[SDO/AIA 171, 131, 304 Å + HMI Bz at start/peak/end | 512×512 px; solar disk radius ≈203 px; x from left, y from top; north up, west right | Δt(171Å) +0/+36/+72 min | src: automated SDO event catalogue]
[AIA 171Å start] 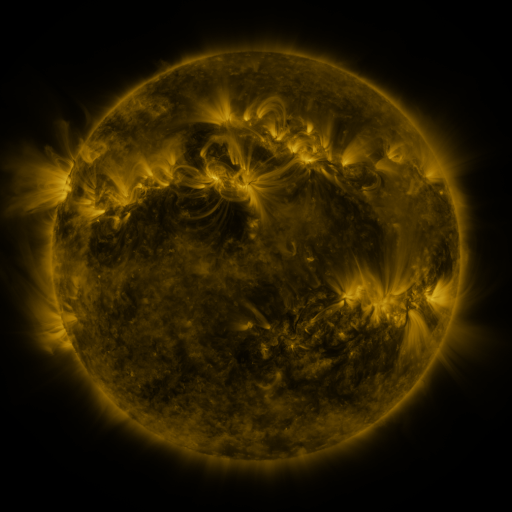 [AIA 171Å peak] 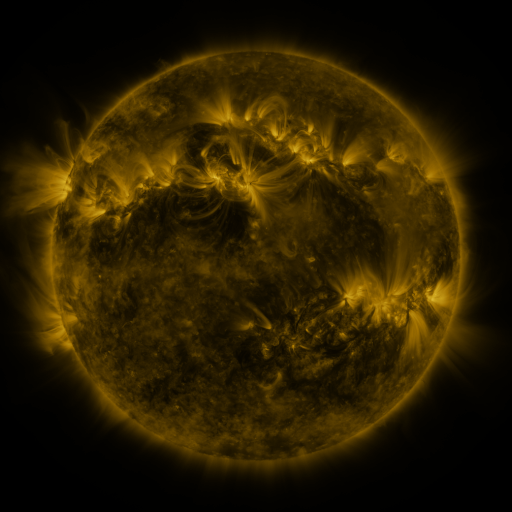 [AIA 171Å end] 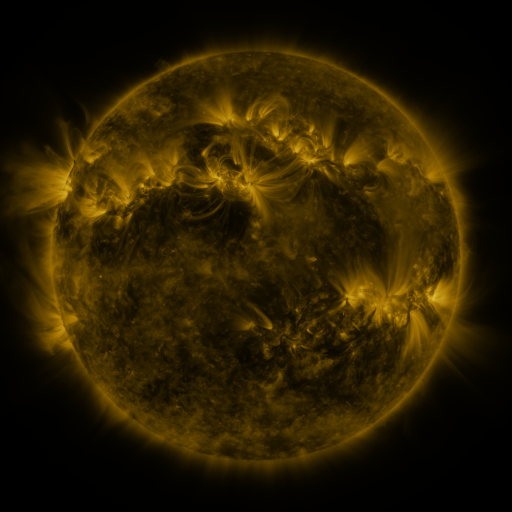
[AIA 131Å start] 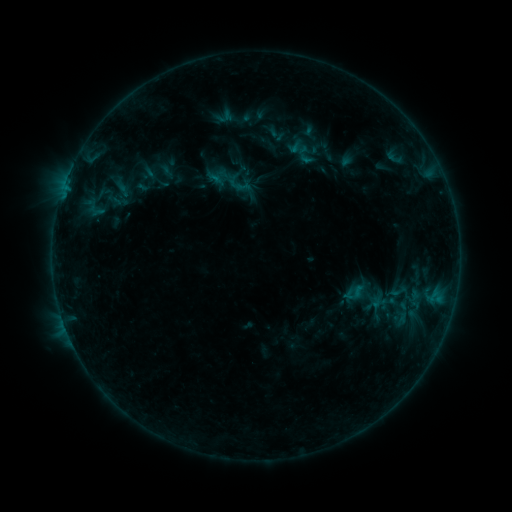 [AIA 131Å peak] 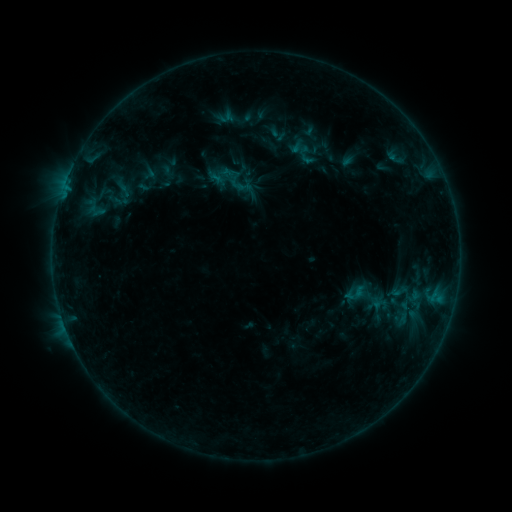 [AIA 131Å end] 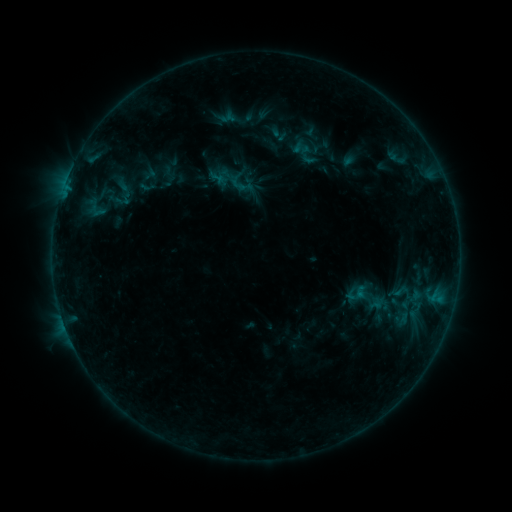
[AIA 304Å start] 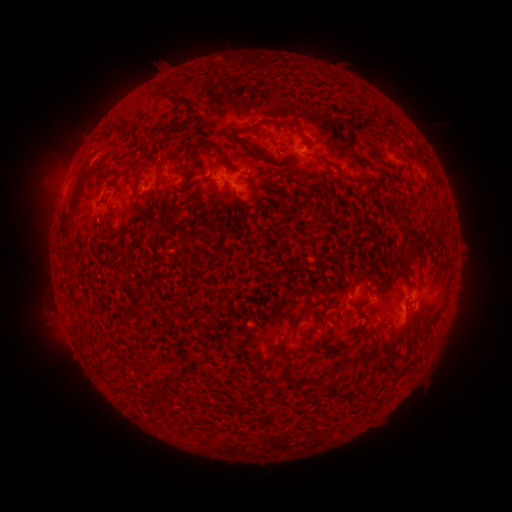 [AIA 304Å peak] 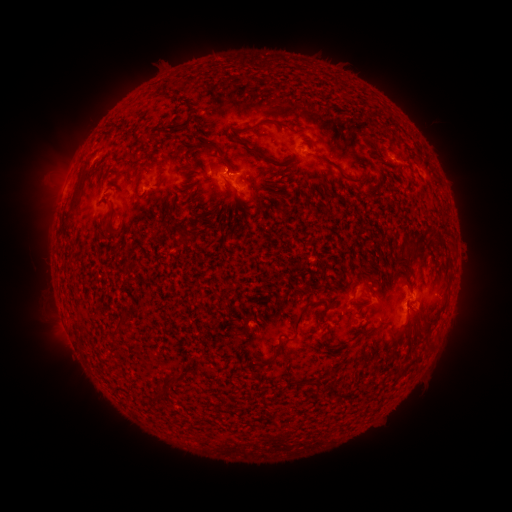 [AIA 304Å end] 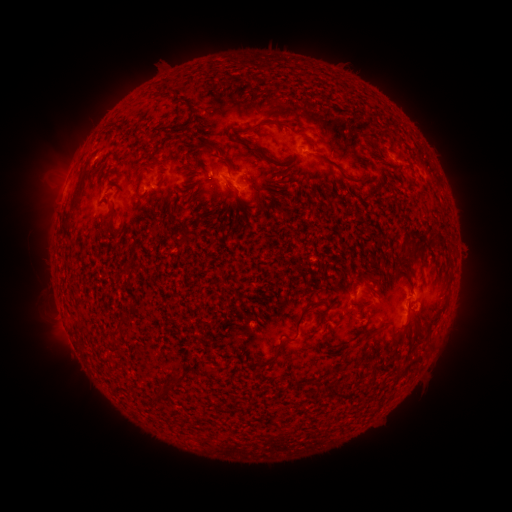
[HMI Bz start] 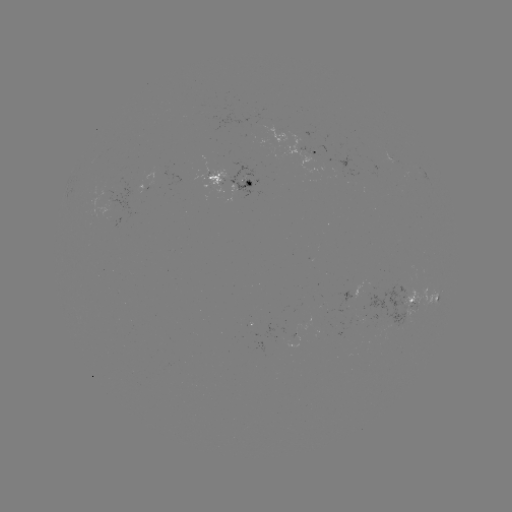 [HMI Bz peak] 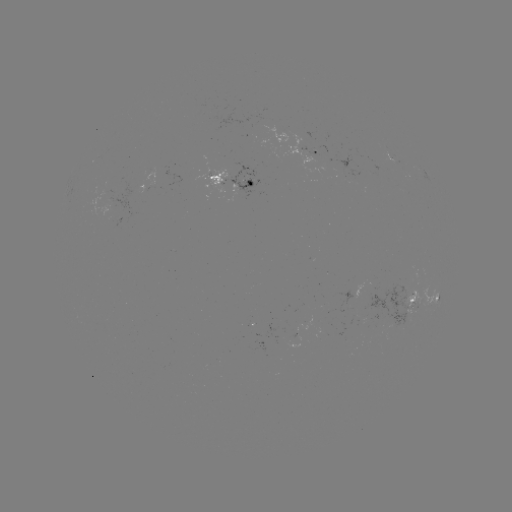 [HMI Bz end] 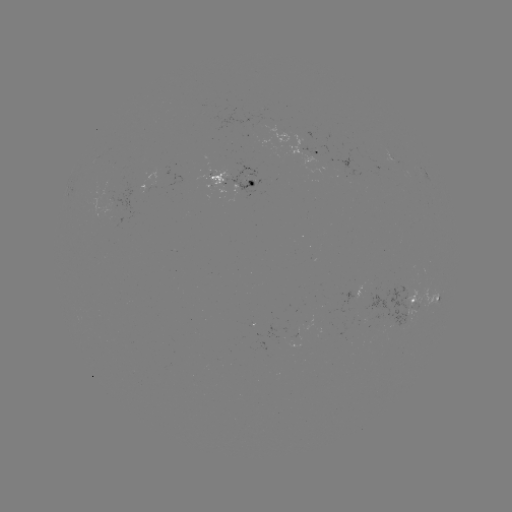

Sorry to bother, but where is emerging-flux region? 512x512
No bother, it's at [238, 189].